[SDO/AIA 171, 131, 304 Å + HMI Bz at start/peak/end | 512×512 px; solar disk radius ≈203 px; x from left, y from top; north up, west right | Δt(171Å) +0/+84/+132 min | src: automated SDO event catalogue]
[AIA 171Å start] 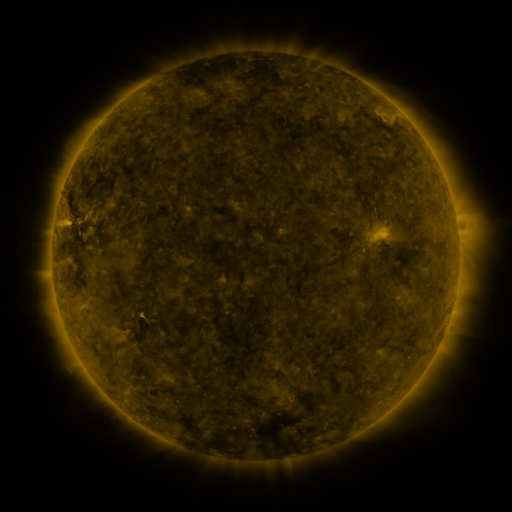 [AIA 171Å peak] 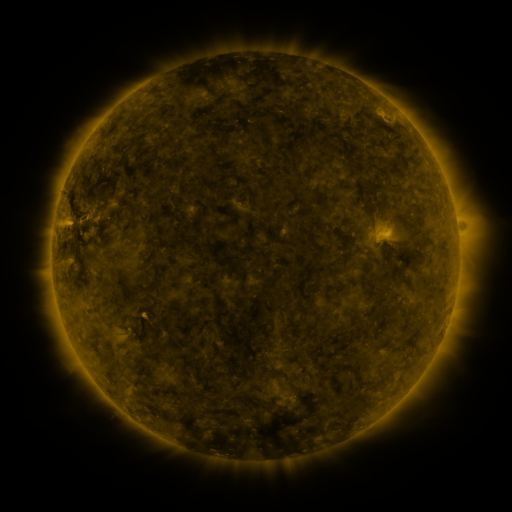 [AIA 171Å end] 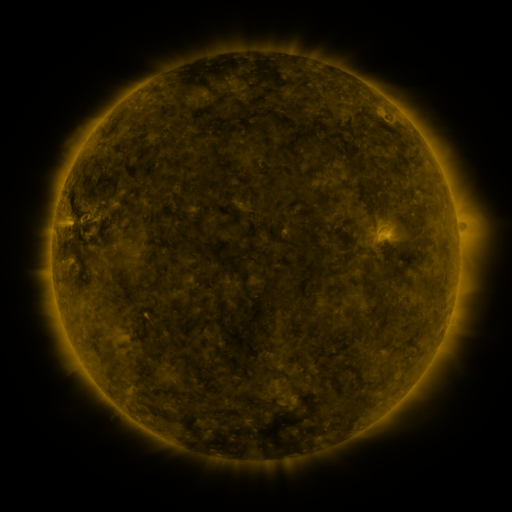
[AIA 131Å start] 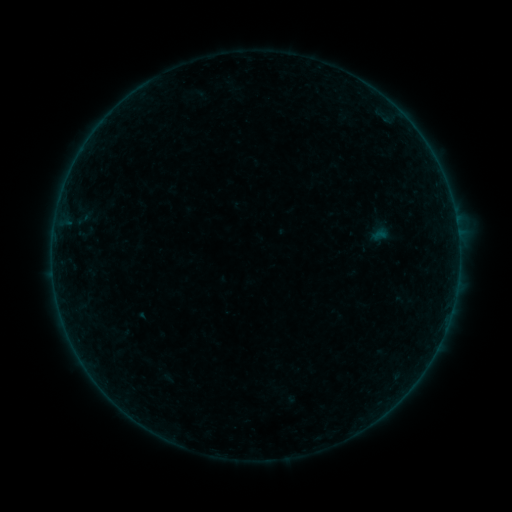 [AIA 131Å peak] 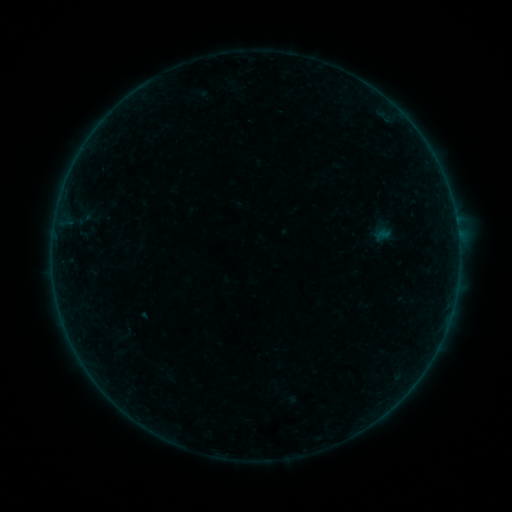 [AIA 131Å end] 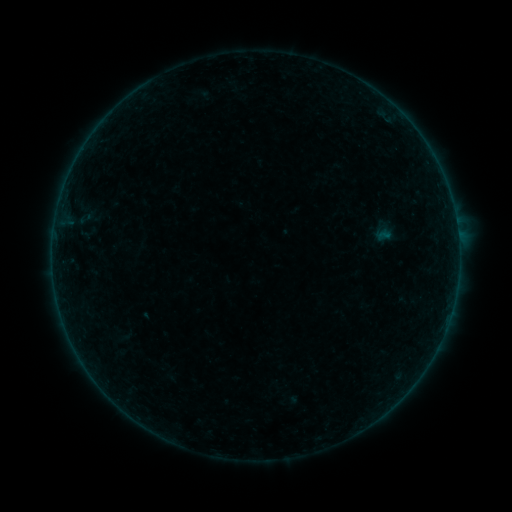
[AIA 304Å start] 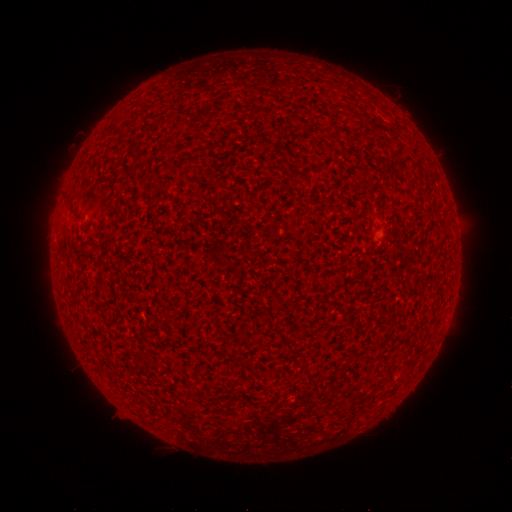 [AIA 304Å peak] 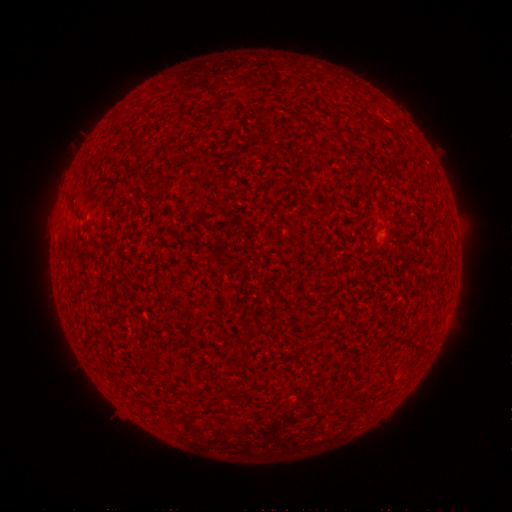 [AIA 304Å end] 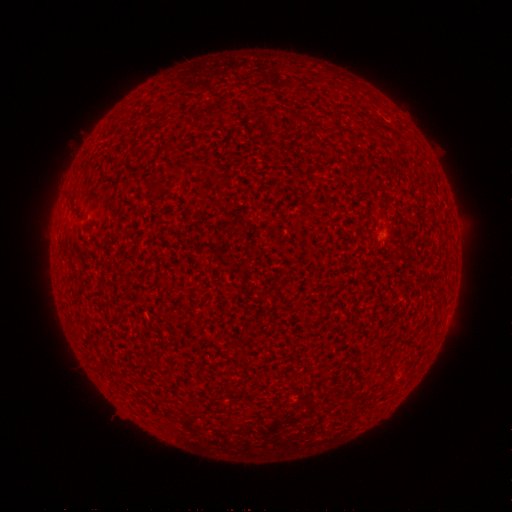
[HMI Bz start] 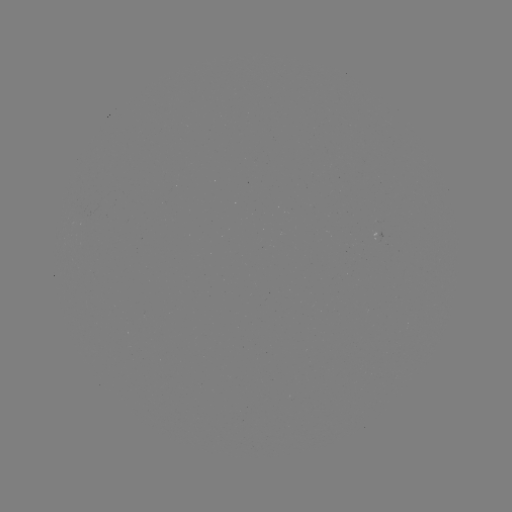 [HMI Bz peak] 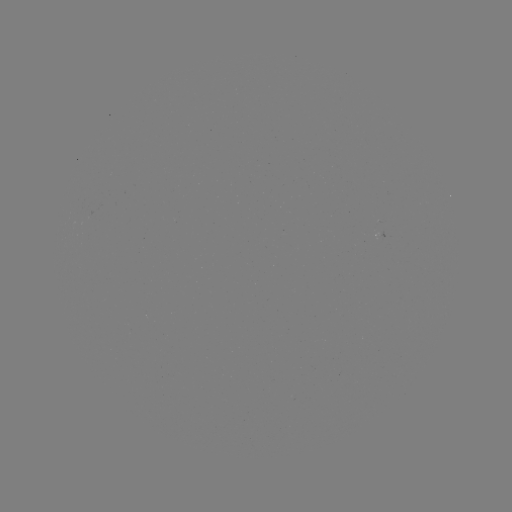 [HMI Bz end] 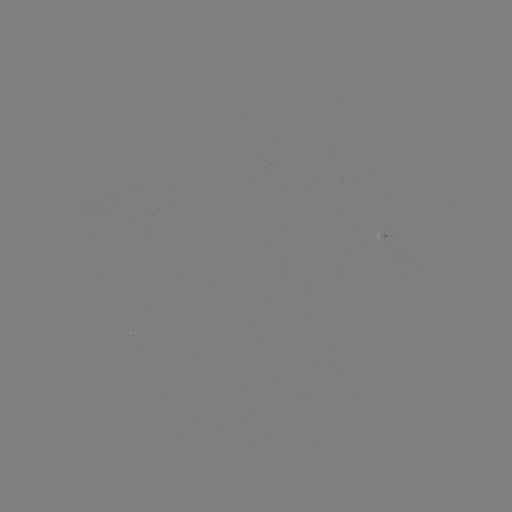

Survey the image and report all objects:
A1.9 flare: (387, 236)
